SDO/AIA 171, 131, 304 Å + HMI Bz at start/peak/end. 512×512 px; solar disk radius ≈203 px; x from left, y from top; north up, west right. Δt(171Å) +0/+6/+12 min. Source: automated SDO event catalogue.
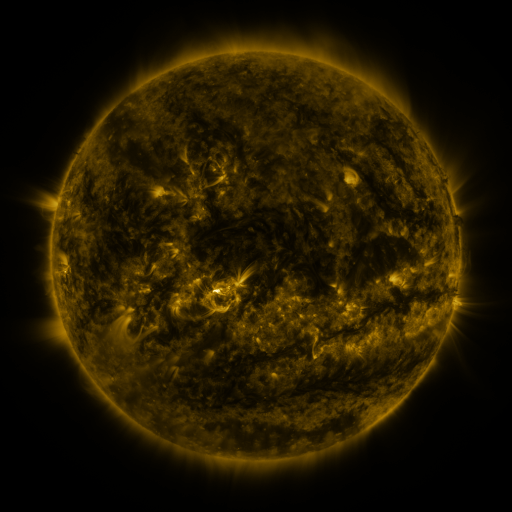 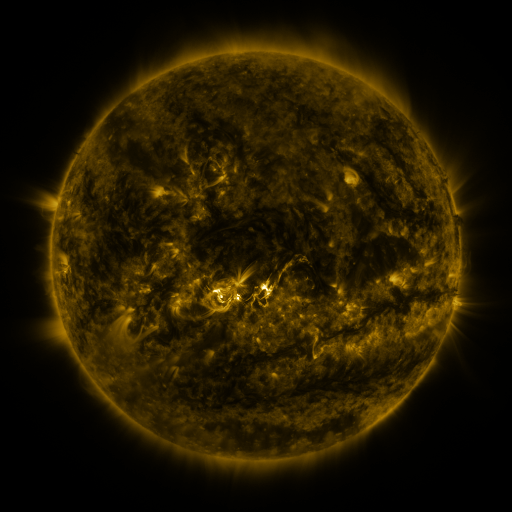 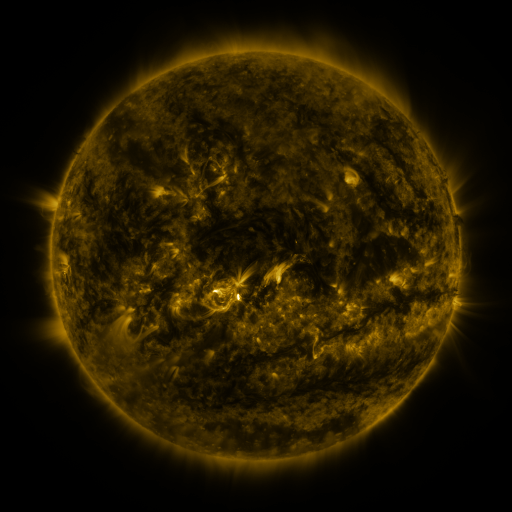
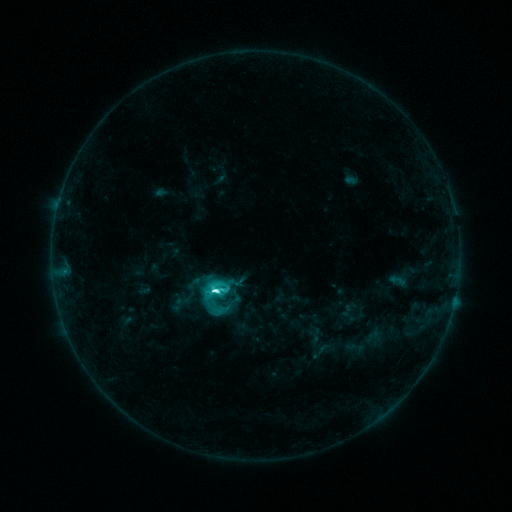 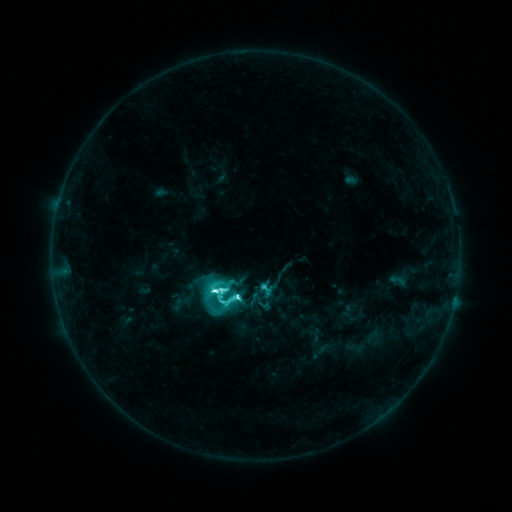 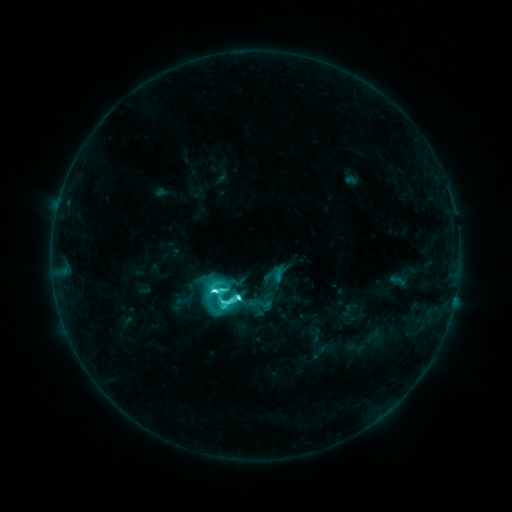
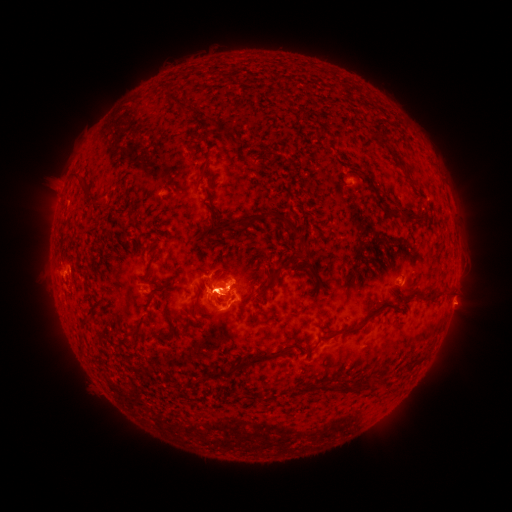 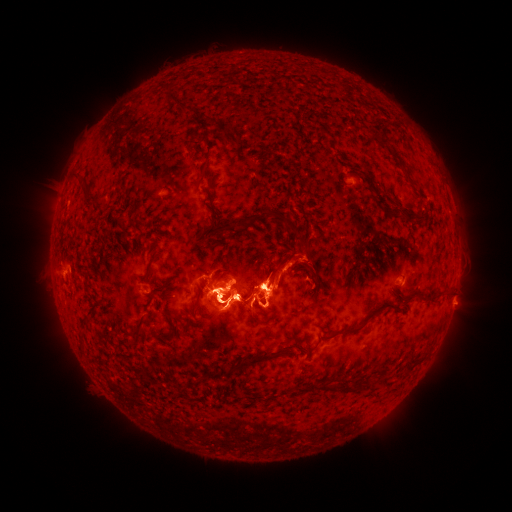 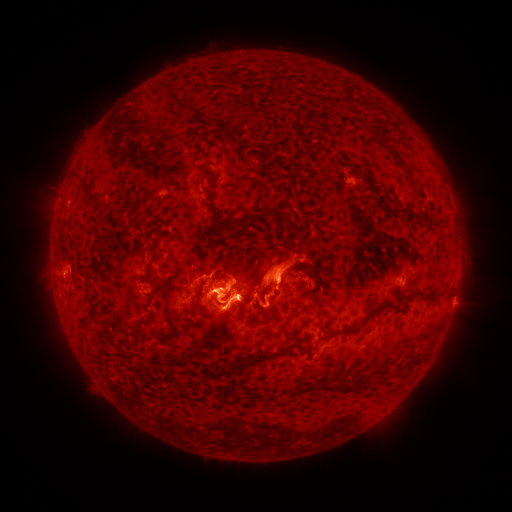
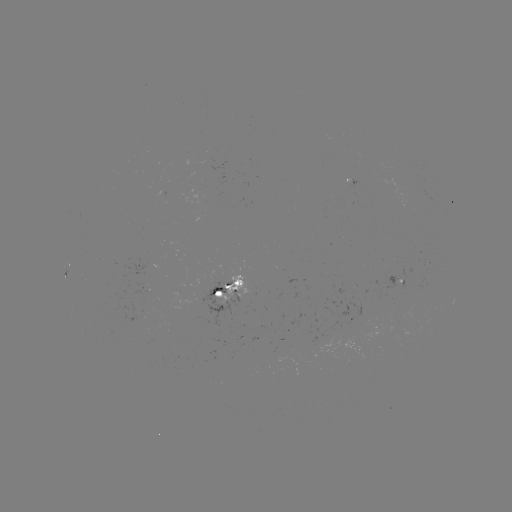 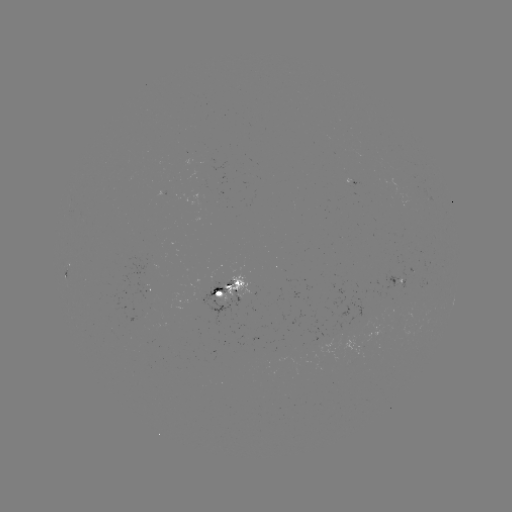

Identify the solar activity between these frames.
M1.4 flare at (239, 294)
